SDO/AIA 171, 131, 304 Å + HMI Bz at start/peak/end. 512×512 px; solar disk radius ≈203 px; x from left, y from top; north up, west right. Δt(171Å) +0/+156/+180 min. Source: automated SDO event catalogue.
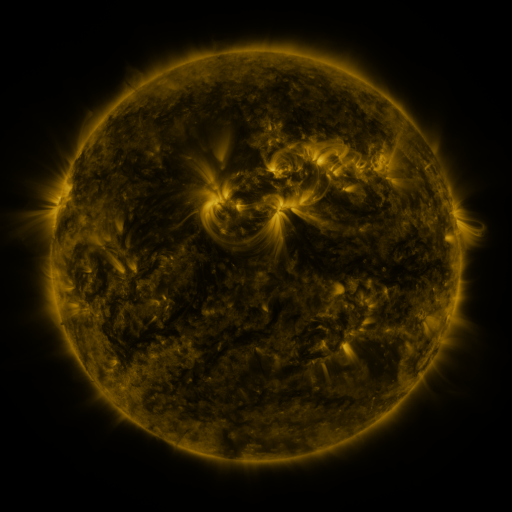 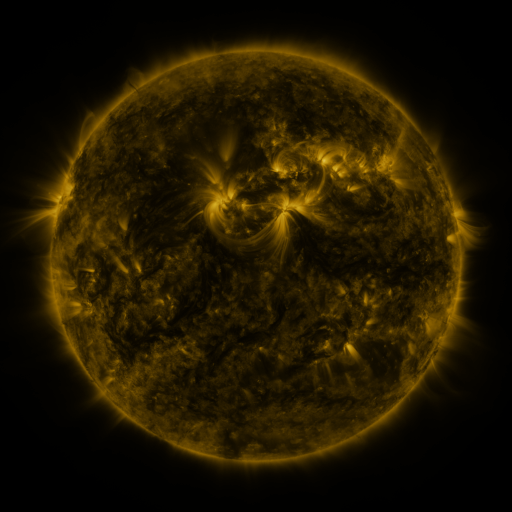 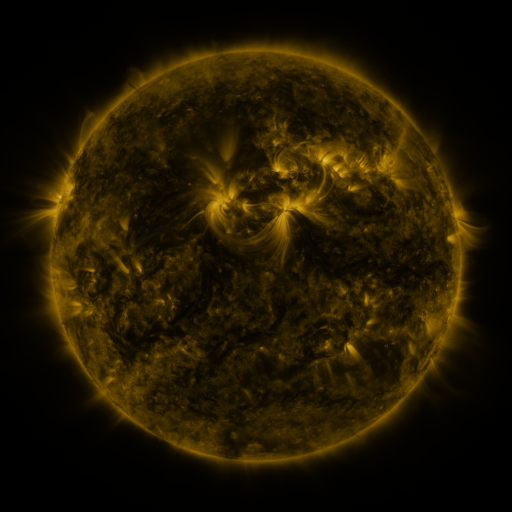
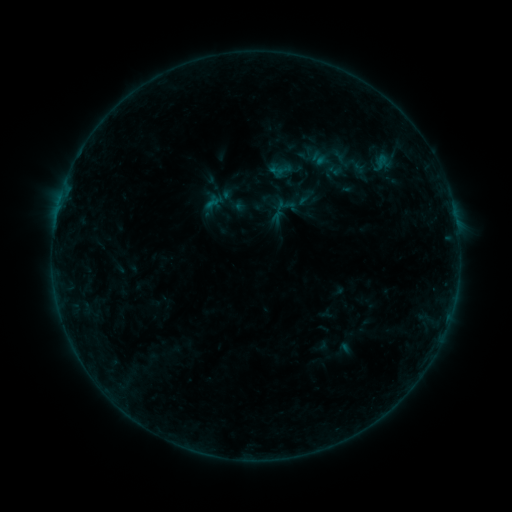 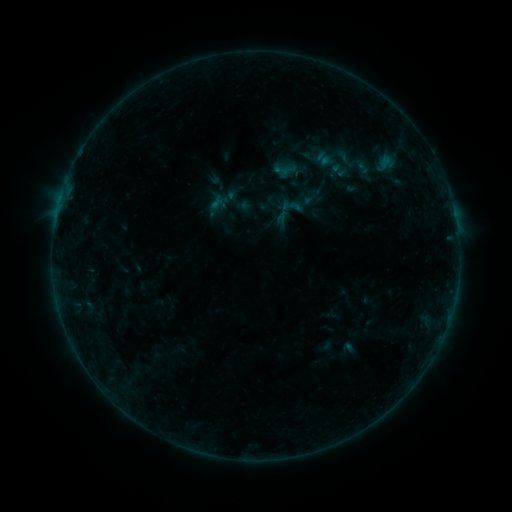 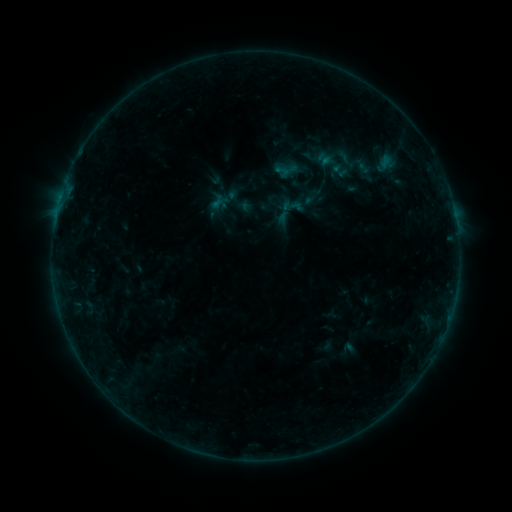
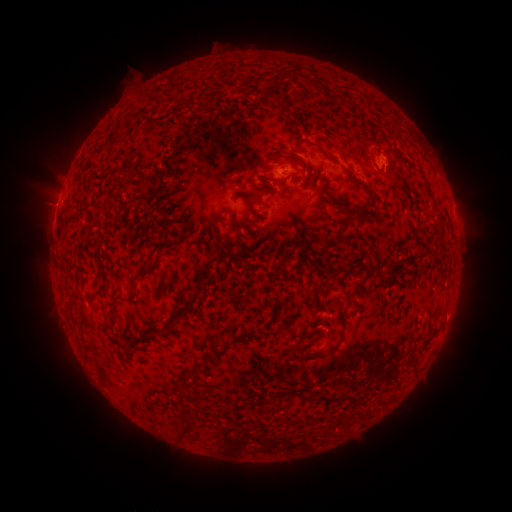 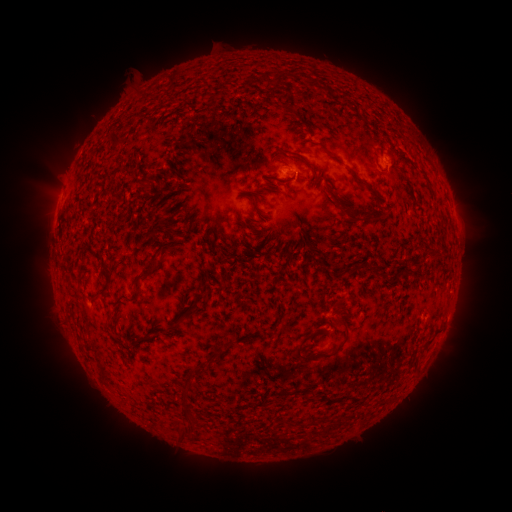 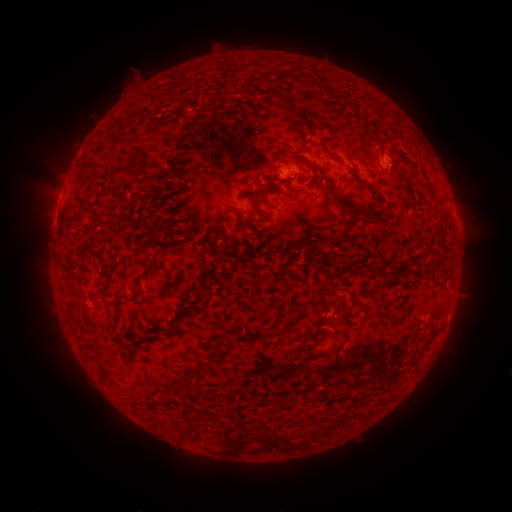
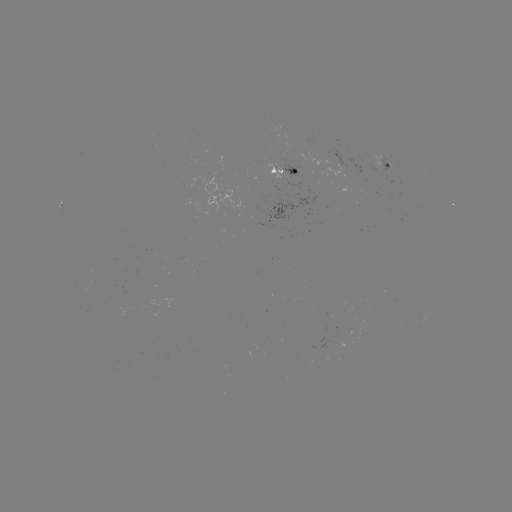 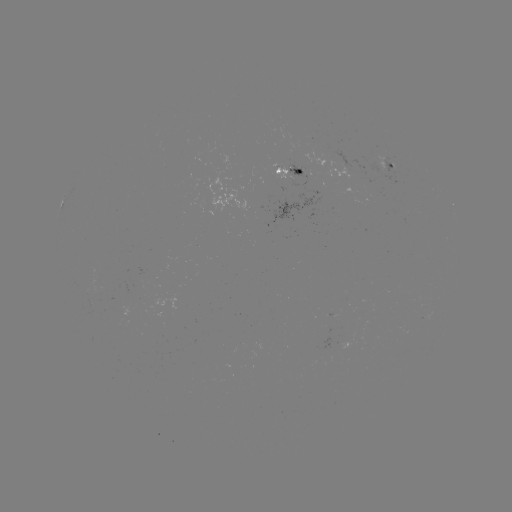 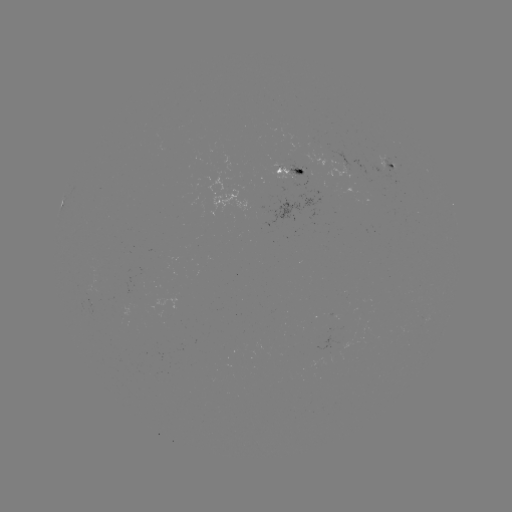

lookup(emerging-flux region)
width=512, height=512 328,154